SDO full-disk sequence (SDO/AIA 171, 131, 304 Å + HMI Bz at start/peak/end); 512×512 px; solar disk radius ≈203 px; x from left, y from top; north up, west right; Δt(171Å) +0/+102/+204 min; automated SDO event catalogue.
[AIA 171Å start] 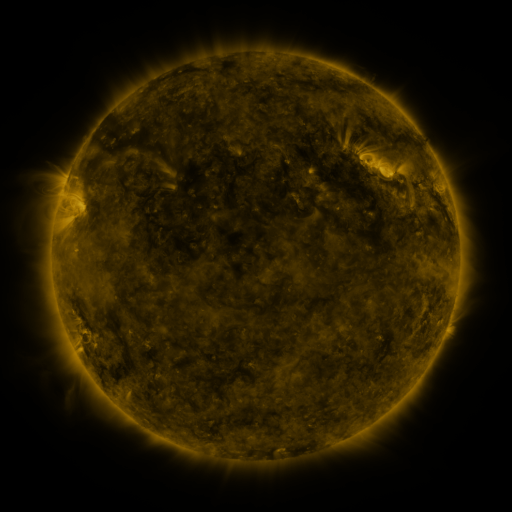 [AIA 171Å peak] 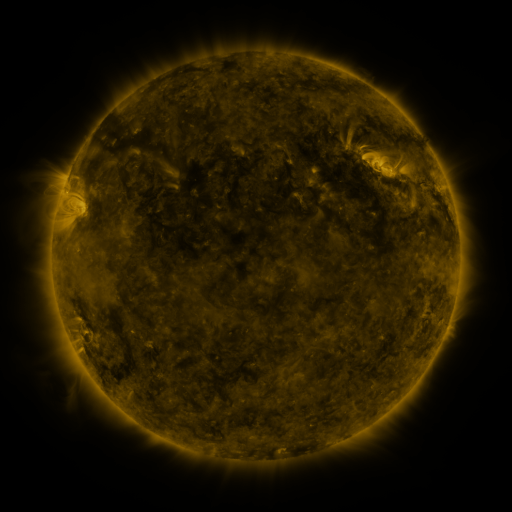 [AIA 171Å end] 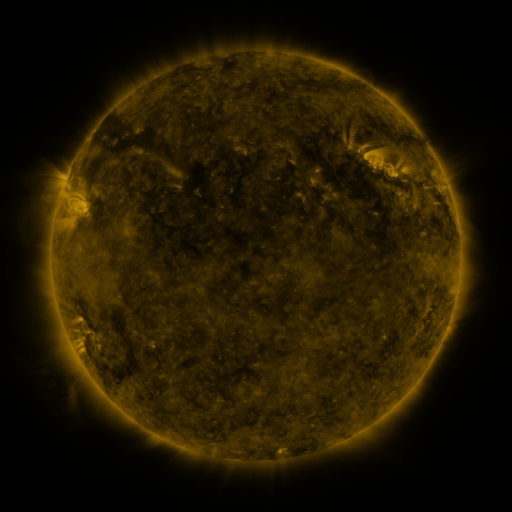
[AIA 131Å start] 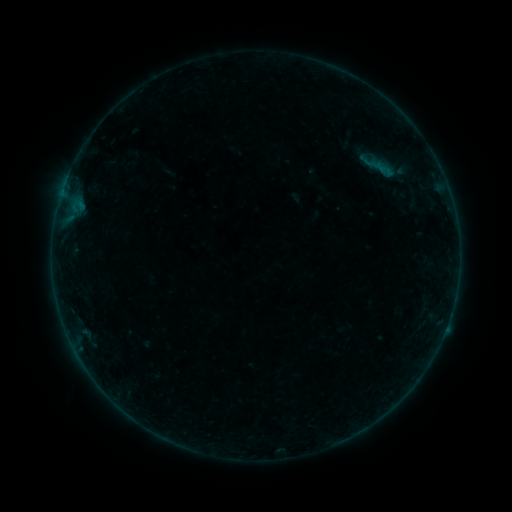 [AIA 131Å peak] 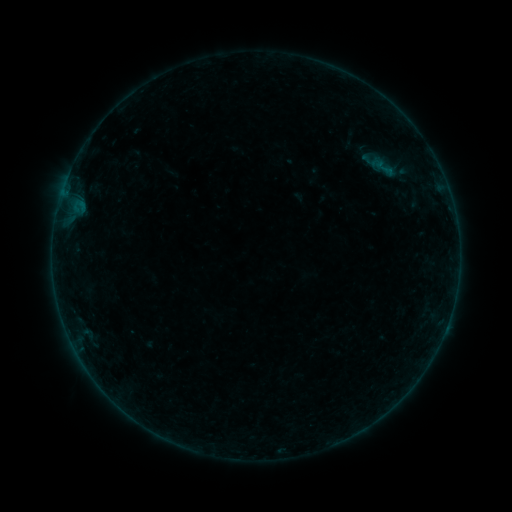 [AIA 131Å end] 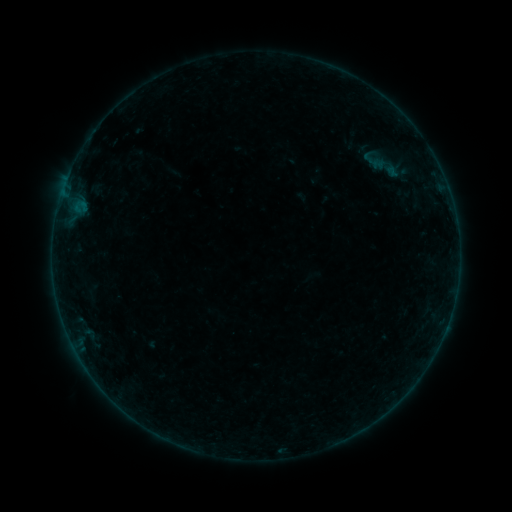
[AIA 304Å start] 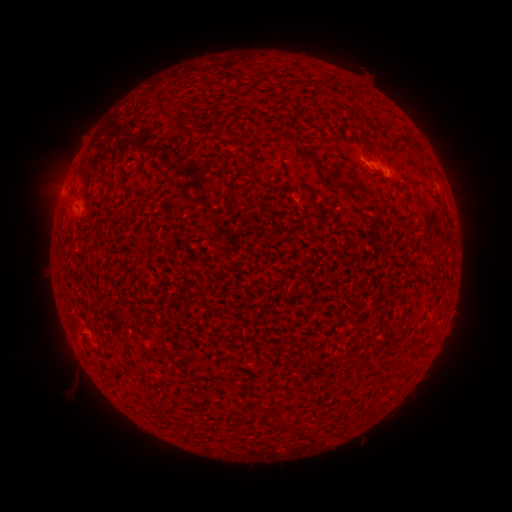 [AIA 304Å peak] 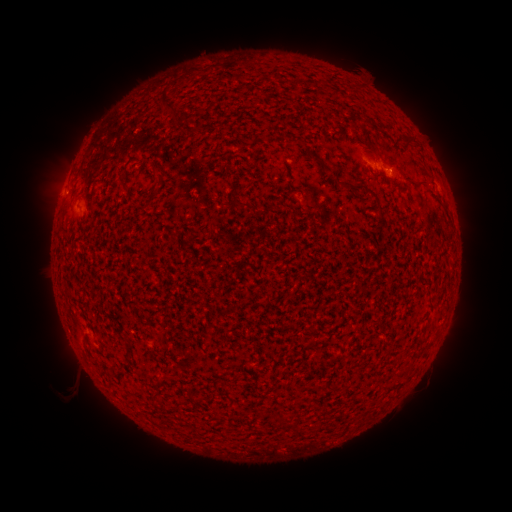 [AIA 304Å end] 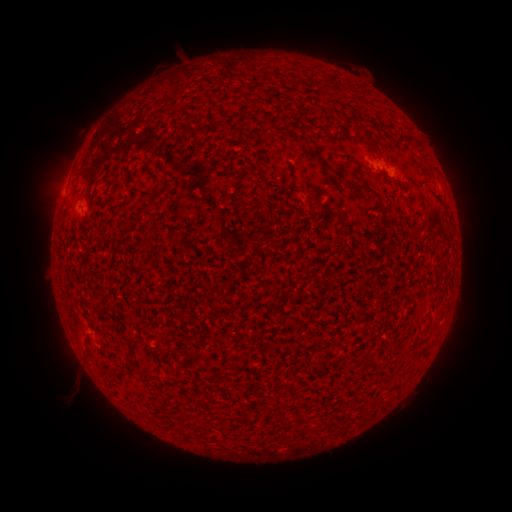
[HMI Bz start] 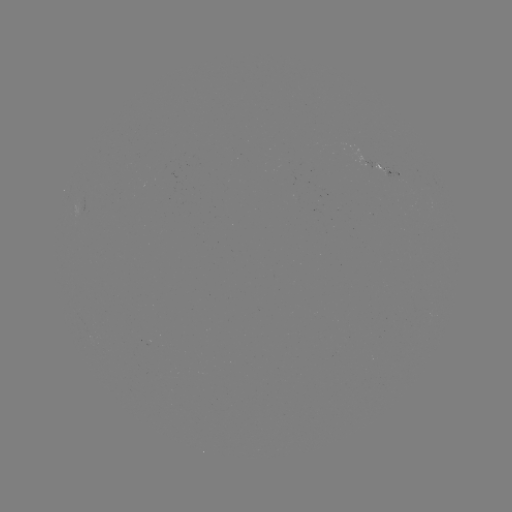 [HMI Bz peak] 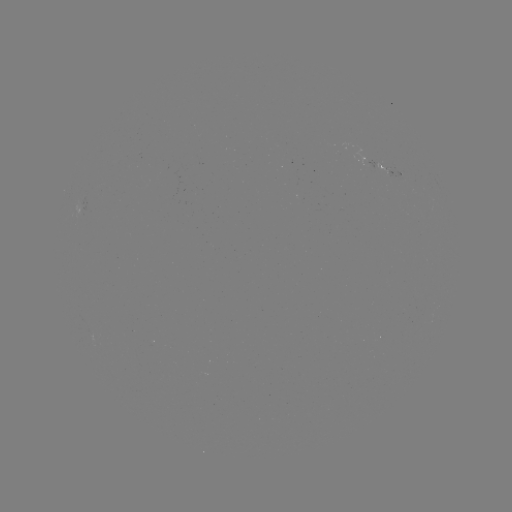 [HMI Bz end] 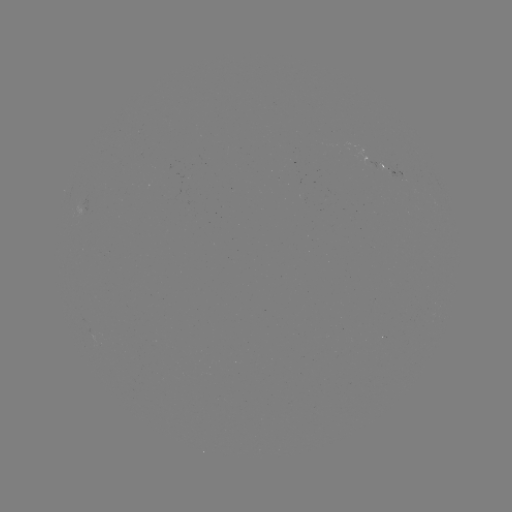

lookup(filament eruption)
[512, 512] [388, 163]